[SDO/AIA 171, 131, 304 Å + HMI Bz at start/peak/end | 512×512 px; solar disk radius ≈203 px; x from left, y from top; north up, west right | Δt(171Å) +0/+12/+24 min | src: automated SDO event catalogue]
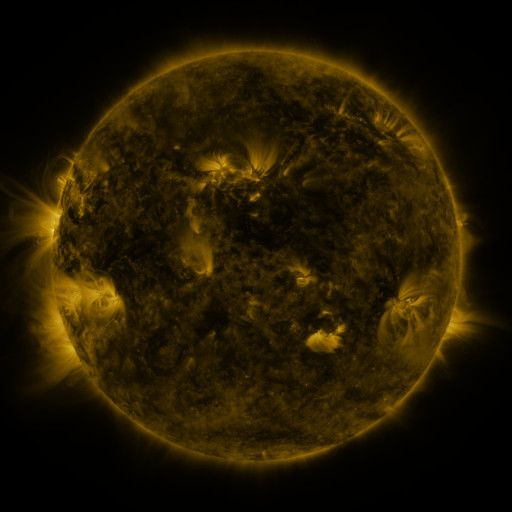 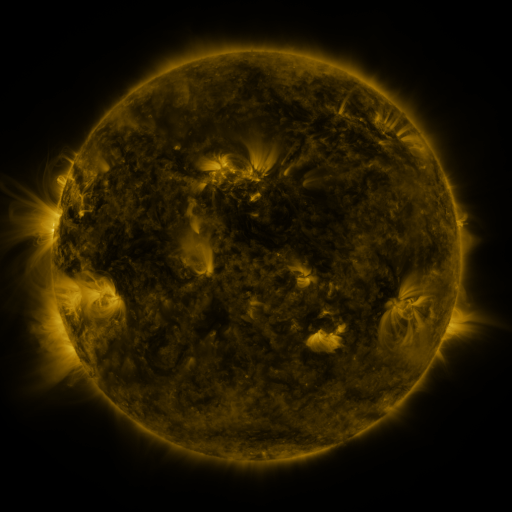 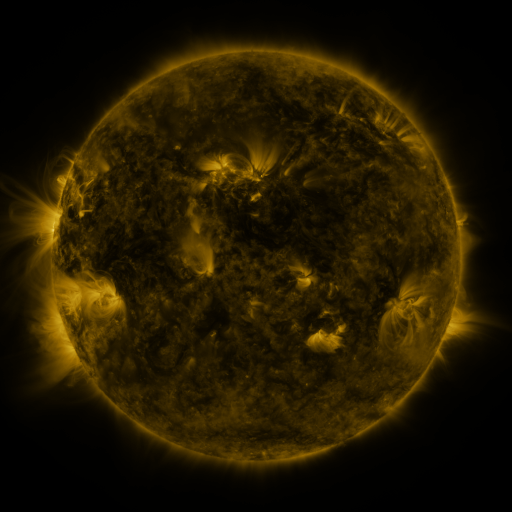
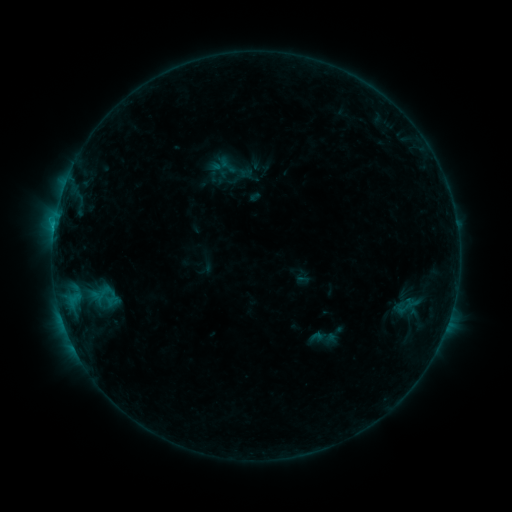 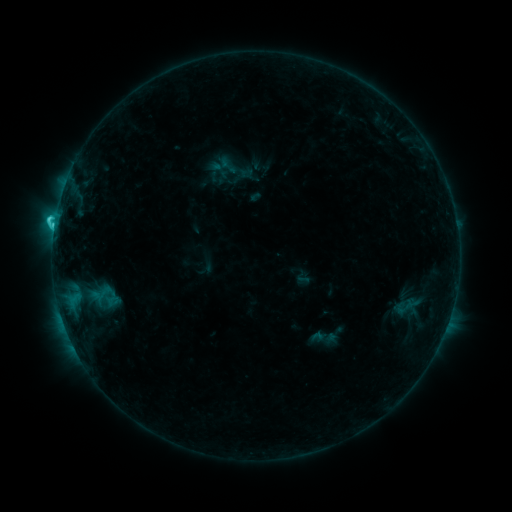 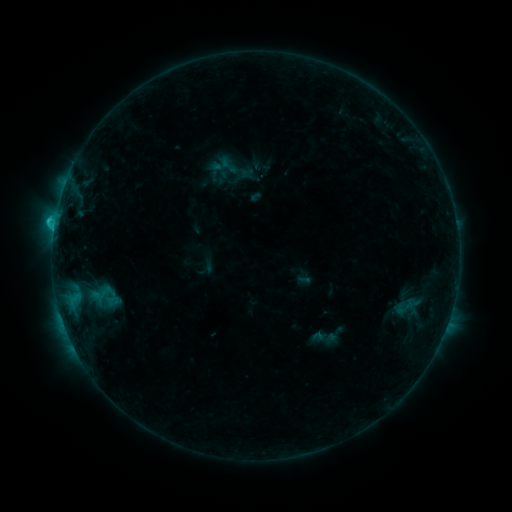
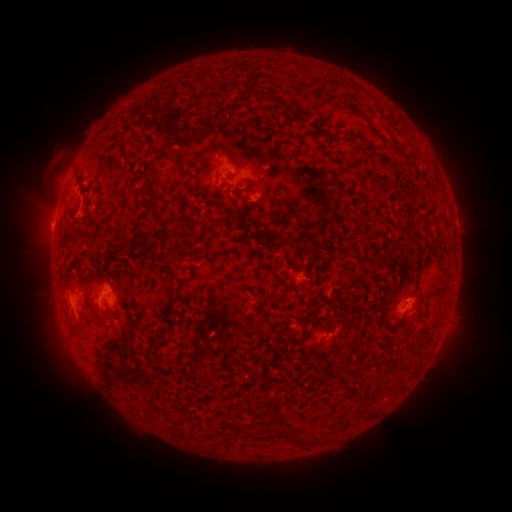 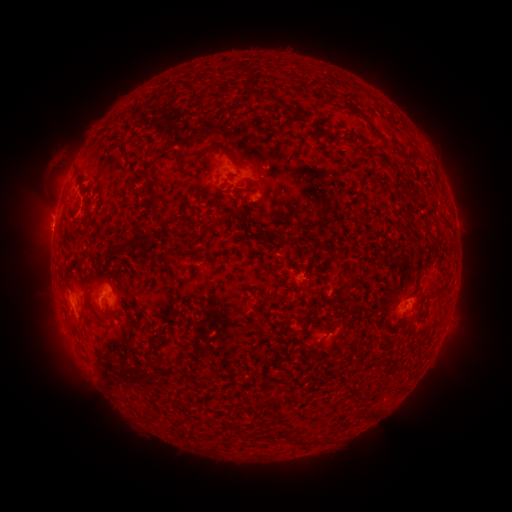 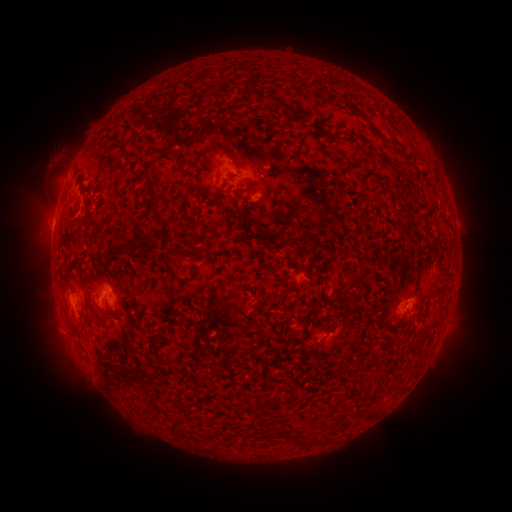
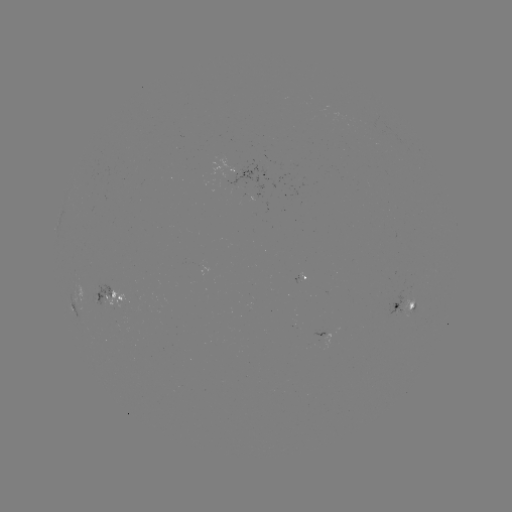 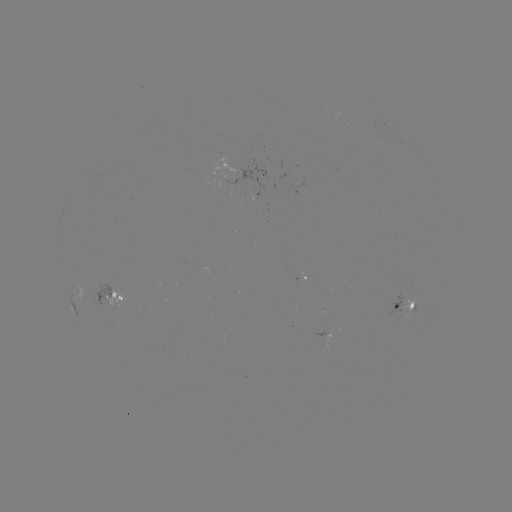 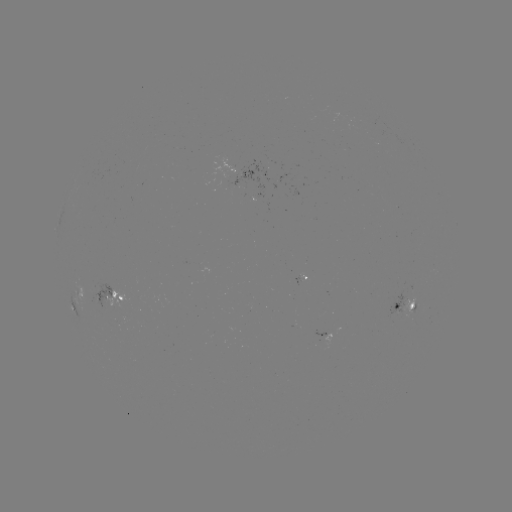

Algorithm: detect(C1.9 flare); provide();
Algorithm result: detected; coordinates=(54, 227)